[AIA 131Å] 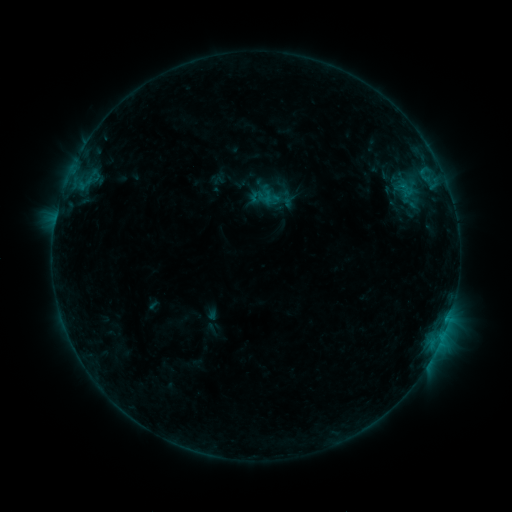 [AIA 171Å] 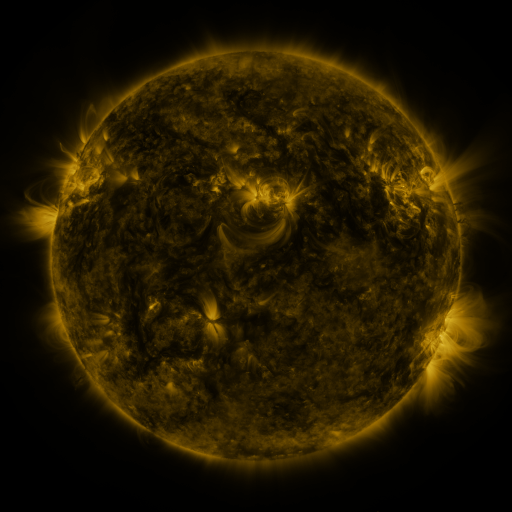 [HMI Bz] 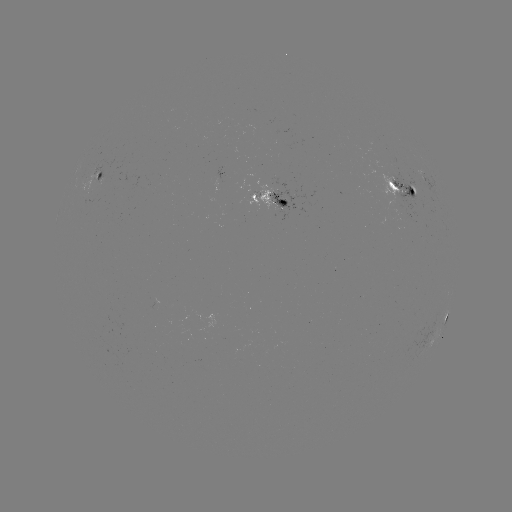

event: sigmoid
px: (408, 200)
